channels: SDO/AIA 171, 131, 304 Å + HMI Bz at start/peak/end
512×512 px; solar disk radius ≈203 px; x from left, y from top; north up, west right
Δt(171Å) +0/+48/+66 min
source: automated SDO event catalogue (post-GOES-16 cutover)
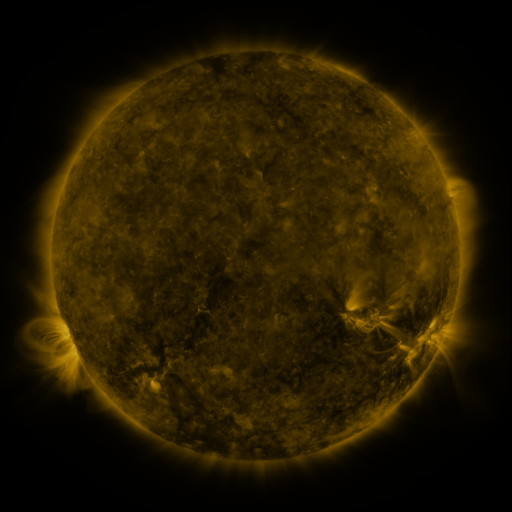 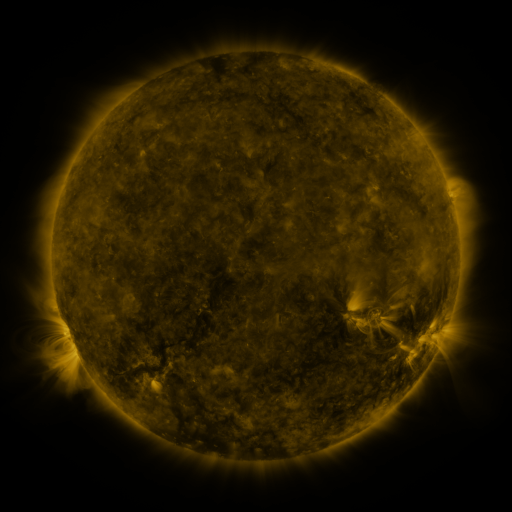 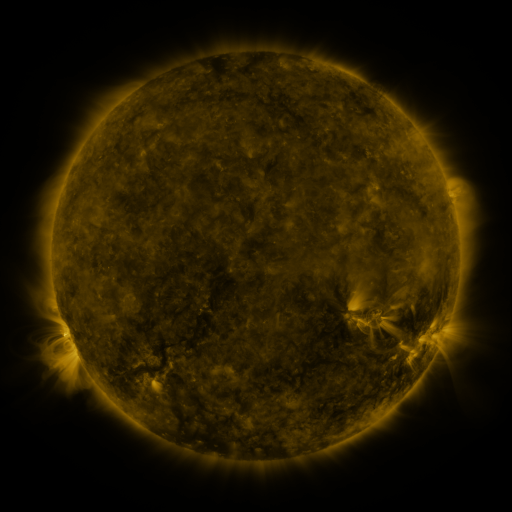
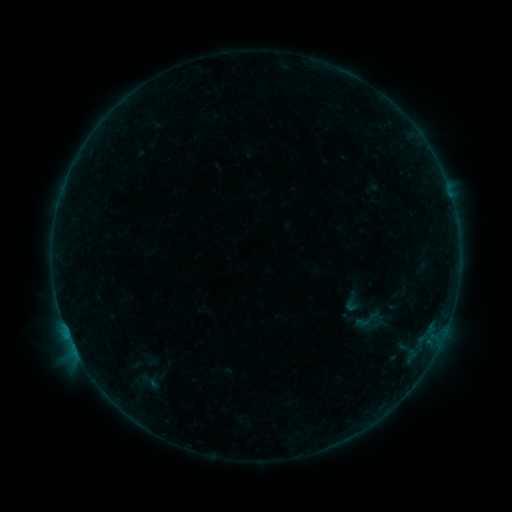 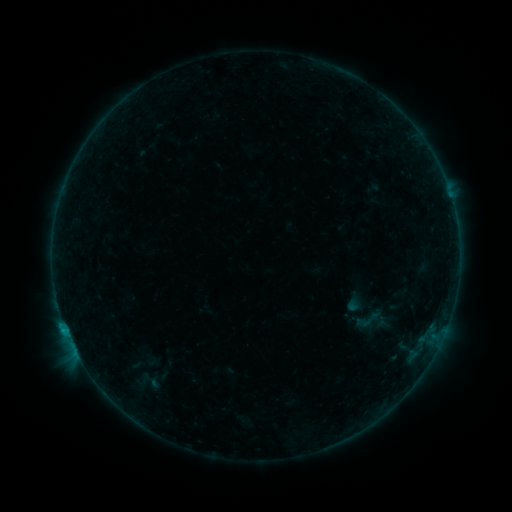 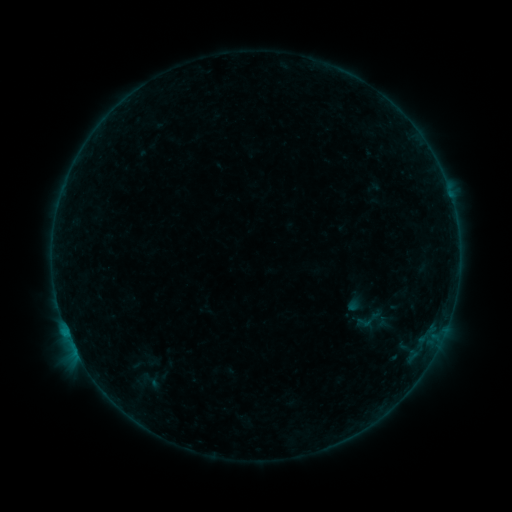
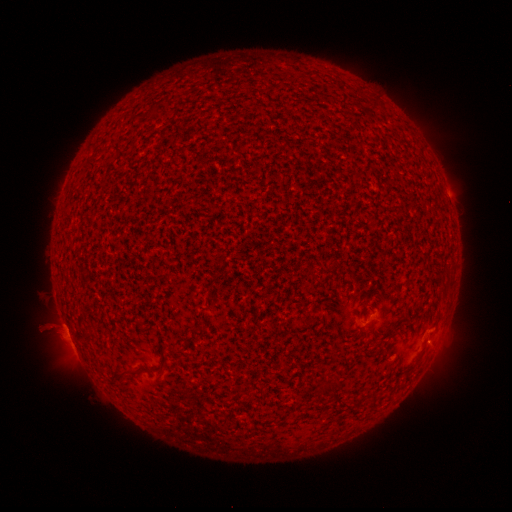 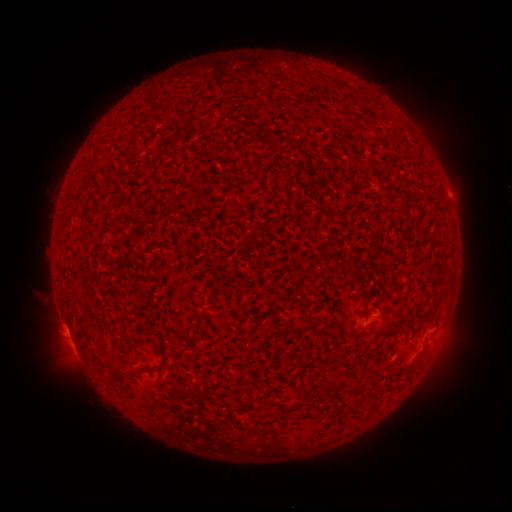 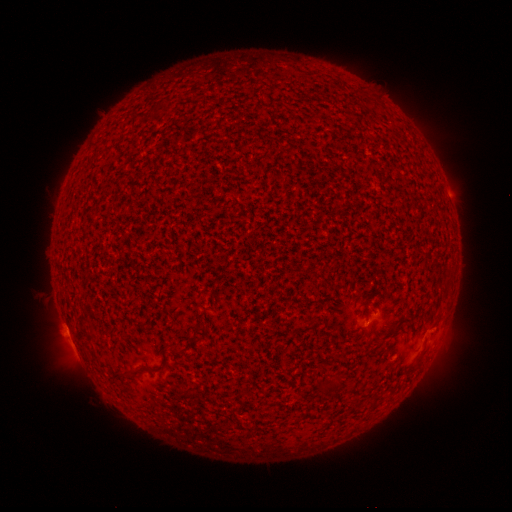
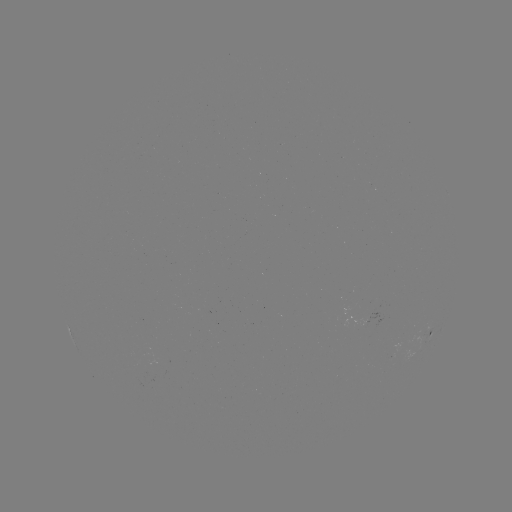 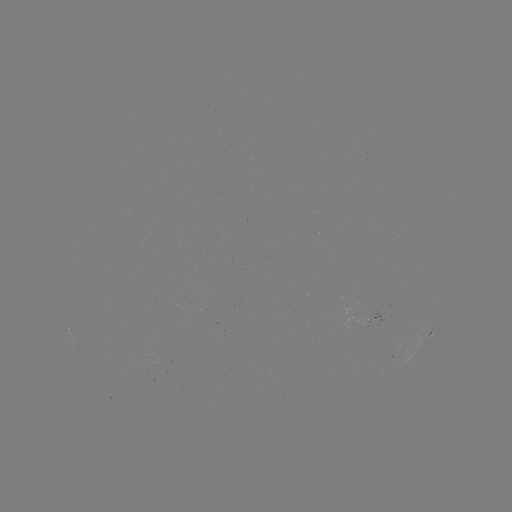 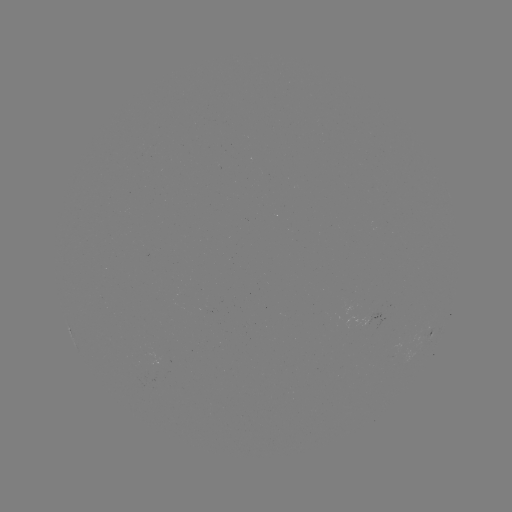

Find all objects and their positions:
B6.7 flare: (66, 328)
